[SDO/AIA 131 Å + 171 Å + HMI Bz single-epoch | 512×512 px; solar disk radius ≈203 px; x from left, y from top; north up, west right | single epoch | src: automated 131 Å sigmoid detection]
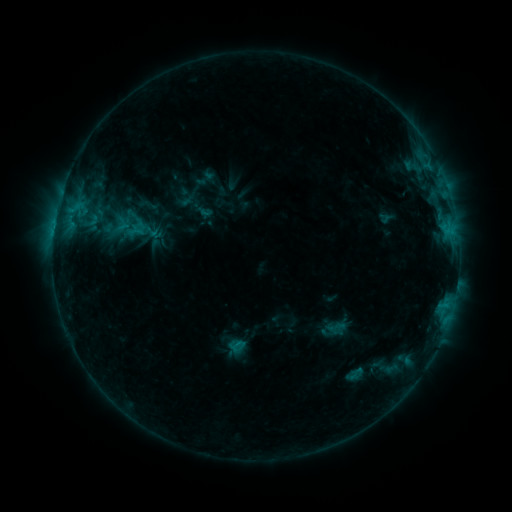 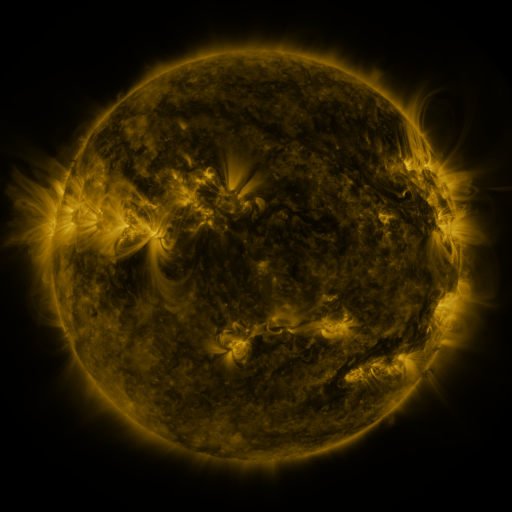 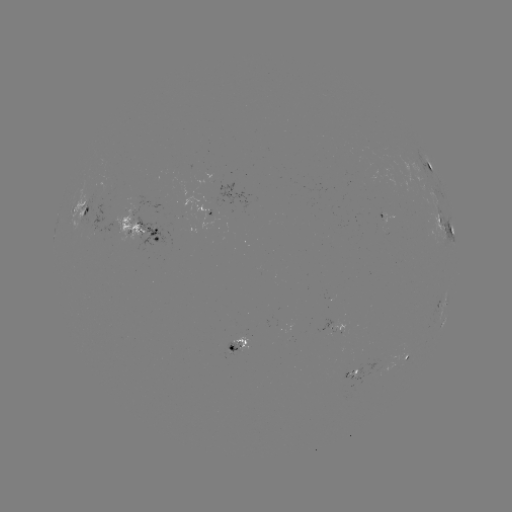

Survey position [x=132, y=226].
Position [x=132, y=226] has sigmoid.